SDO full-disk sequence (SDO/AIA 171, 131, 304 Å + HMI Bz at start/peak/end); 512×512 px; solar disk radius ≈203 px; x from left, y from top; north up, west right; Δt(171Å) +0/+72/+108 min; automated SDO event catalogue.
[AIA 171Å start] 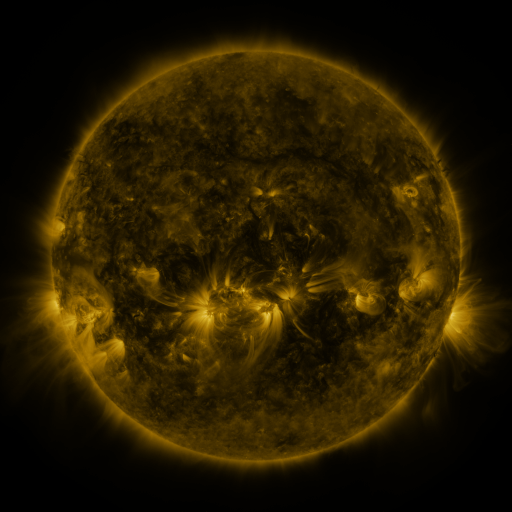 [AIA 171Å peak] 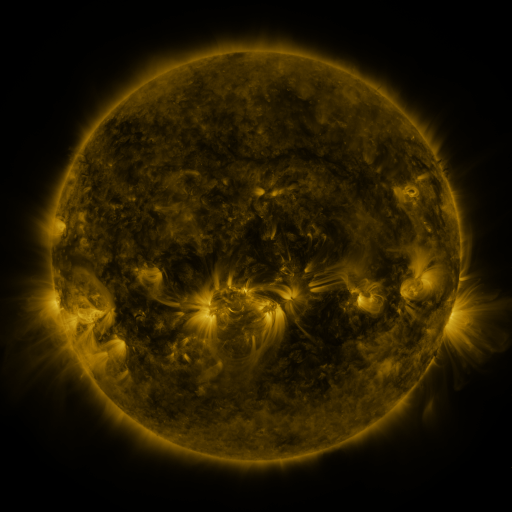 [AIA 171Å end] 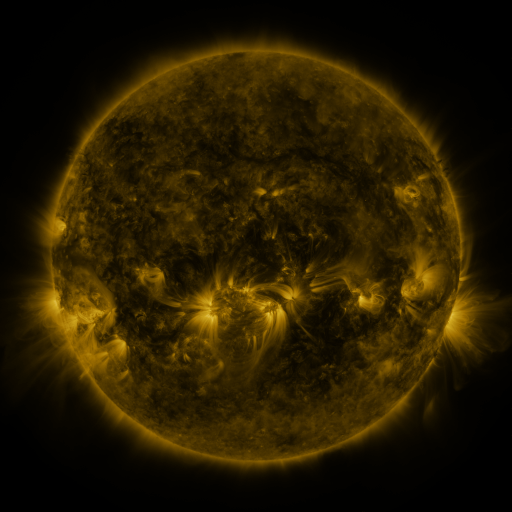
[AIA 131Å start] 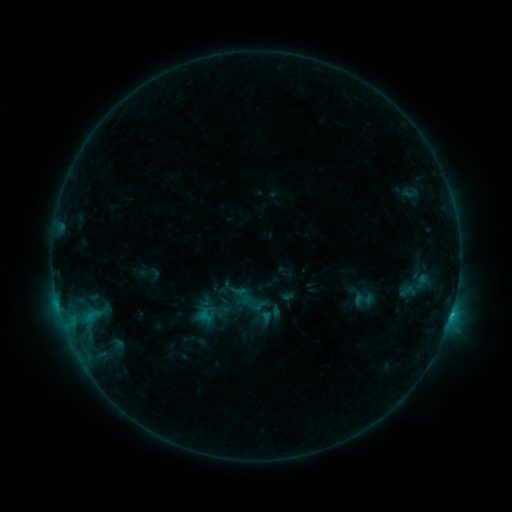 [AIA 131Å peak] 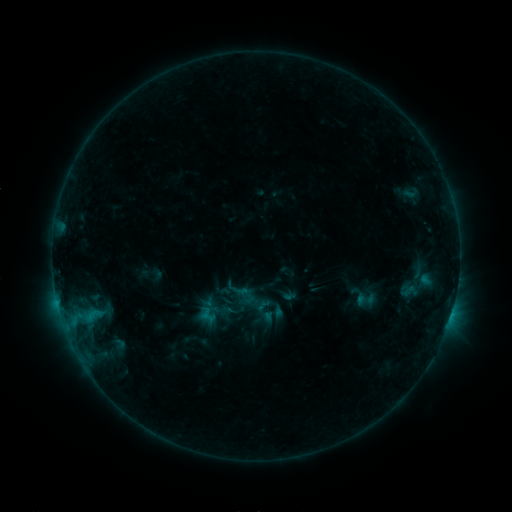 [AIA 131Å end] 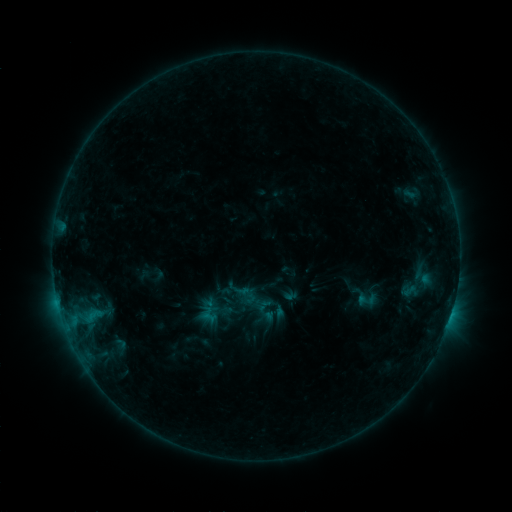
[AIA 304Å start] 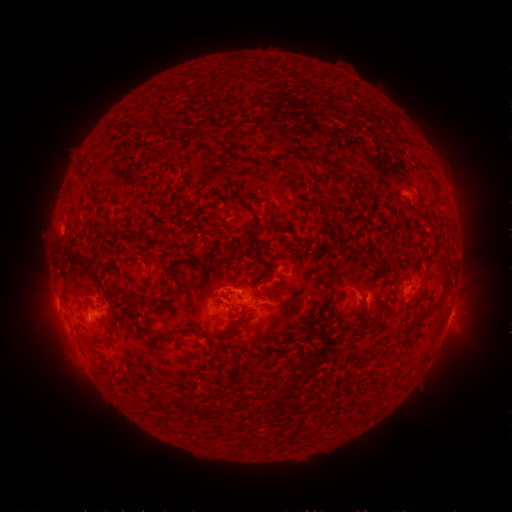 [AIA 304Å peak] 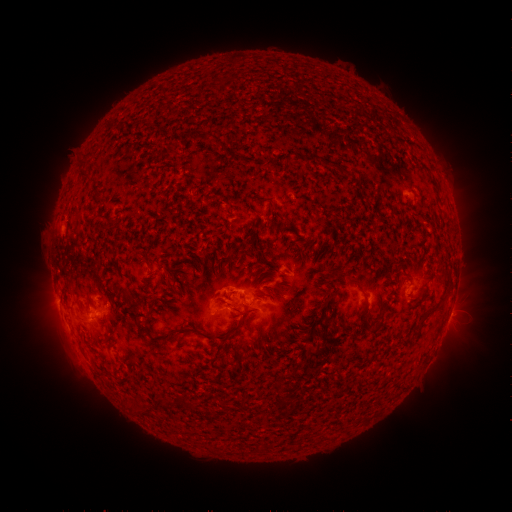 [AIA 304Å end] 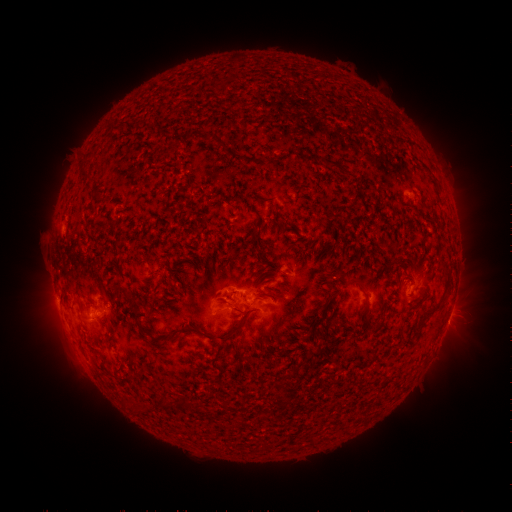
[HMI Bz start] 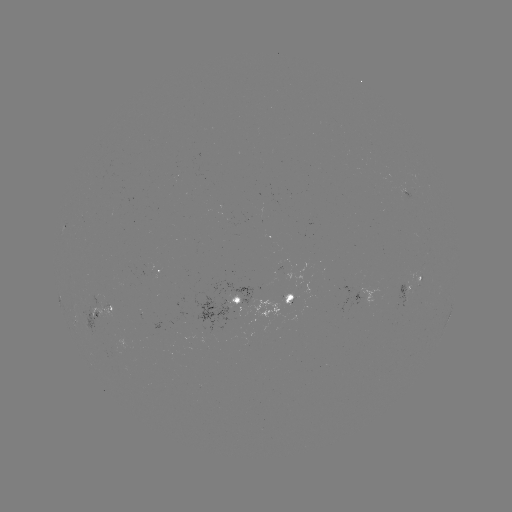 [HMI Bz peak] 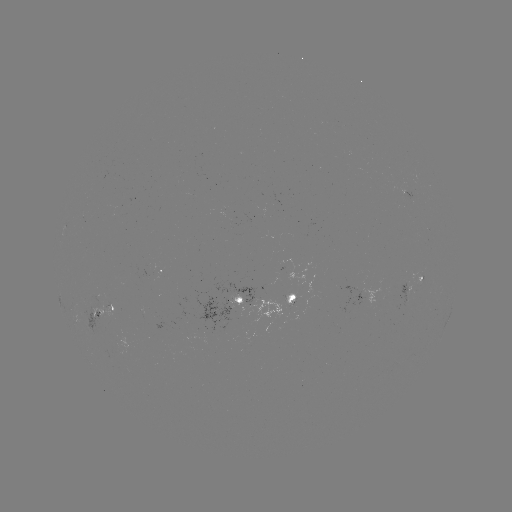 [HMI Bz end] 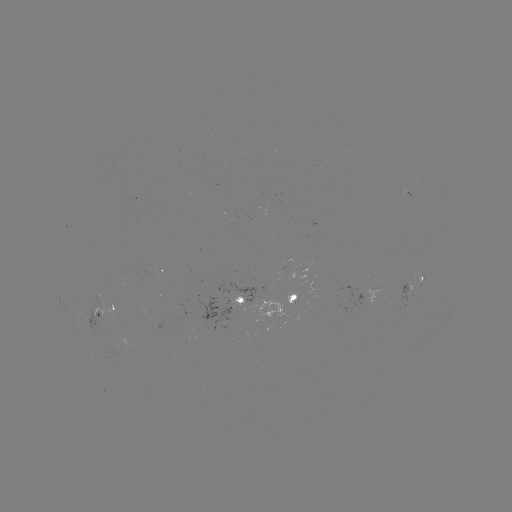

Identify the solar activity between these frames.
emerging-flux region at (270, 202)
